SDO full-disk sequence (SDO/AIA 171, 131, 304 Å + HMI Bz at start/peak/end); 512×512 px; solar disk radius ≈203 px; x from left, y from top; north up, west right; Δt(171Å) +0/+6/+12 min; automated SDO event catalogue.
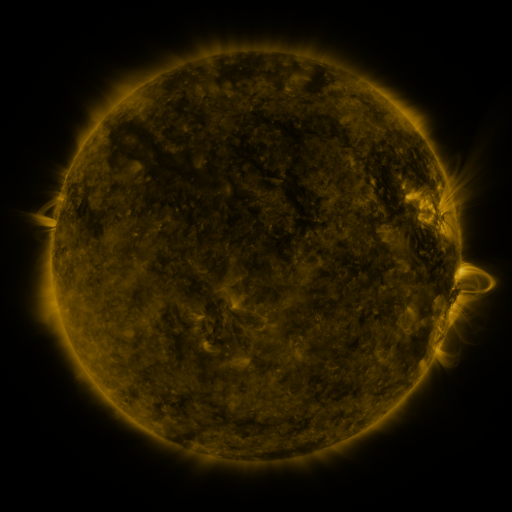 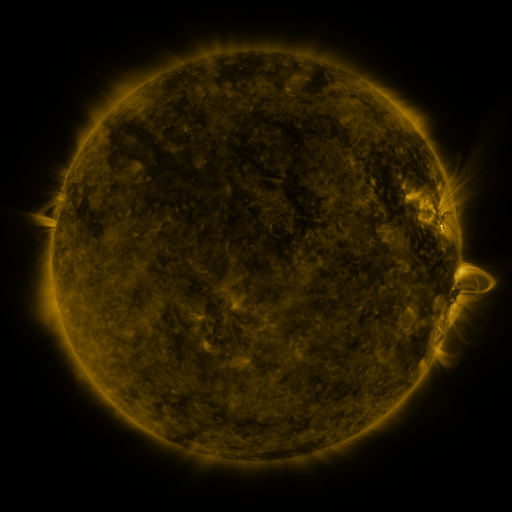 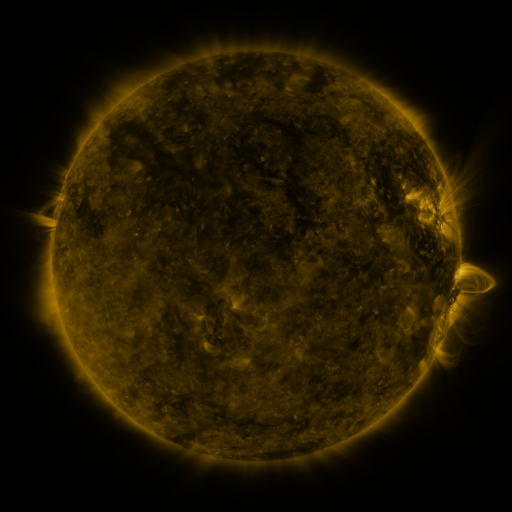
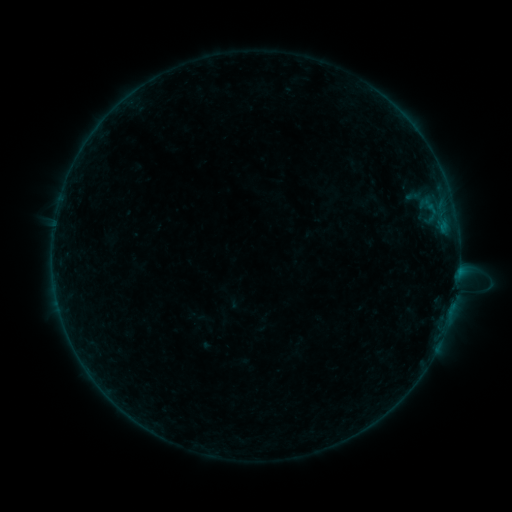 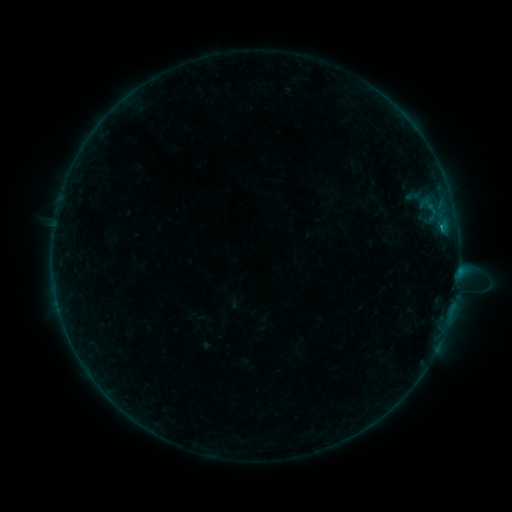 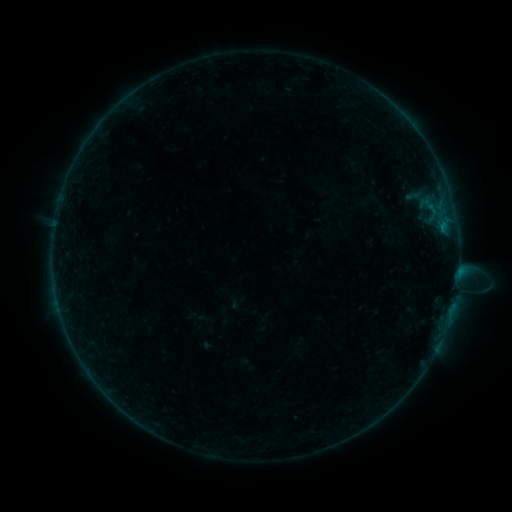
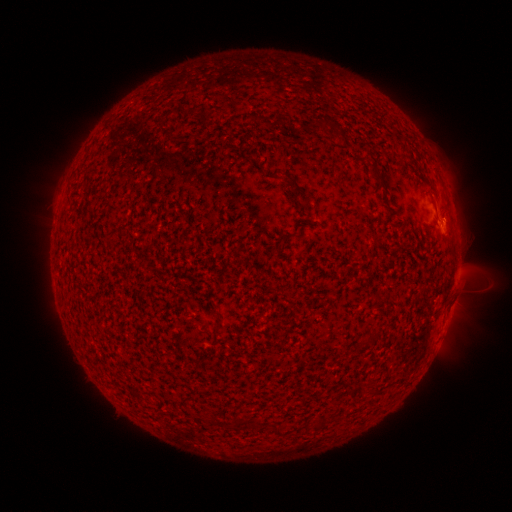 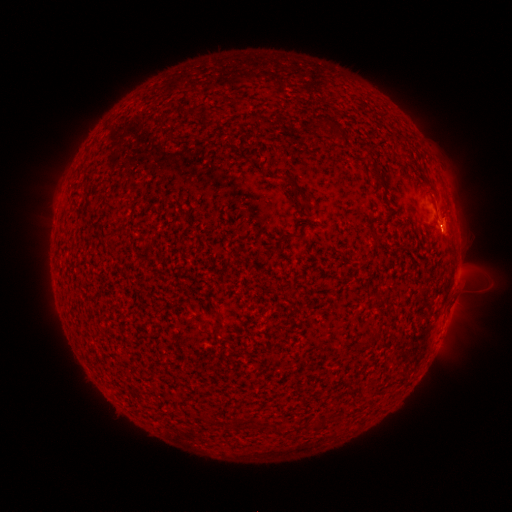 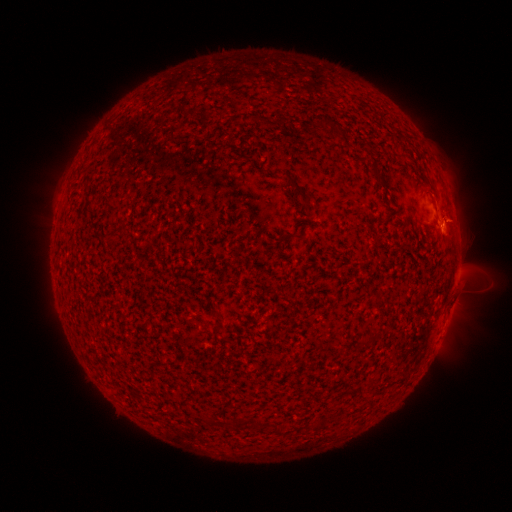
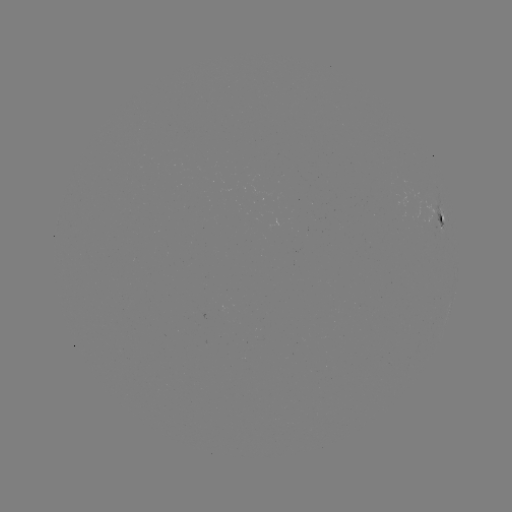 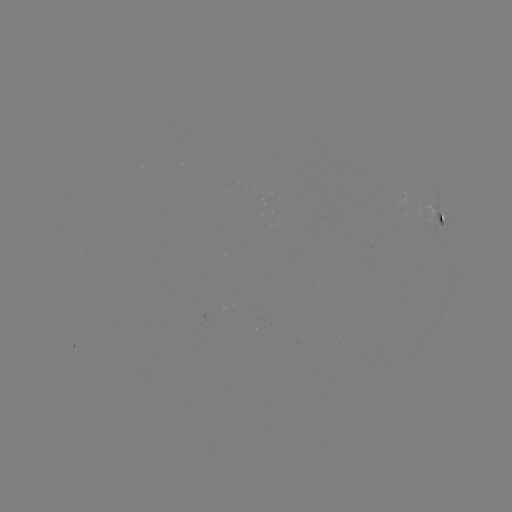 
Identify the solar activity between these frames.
B3.2 flare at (441, 229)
